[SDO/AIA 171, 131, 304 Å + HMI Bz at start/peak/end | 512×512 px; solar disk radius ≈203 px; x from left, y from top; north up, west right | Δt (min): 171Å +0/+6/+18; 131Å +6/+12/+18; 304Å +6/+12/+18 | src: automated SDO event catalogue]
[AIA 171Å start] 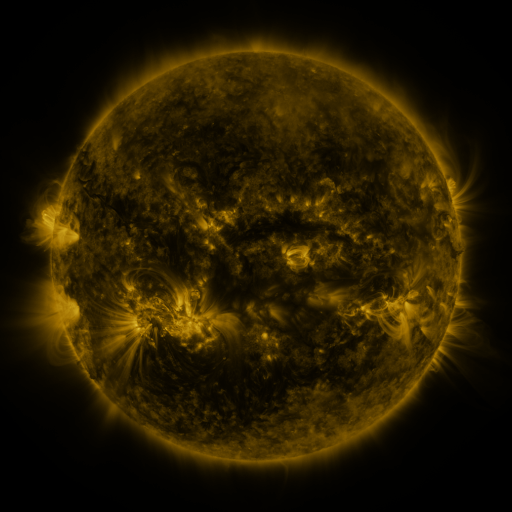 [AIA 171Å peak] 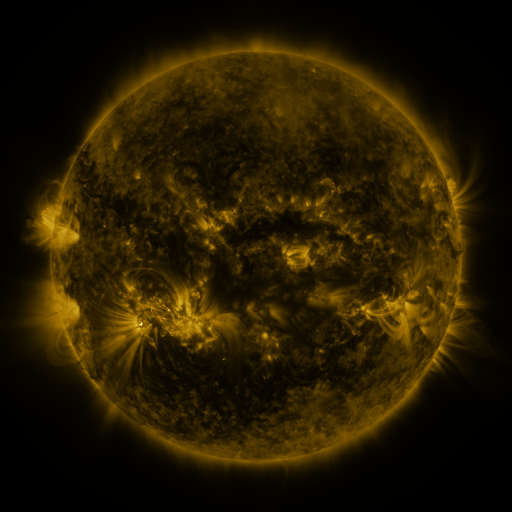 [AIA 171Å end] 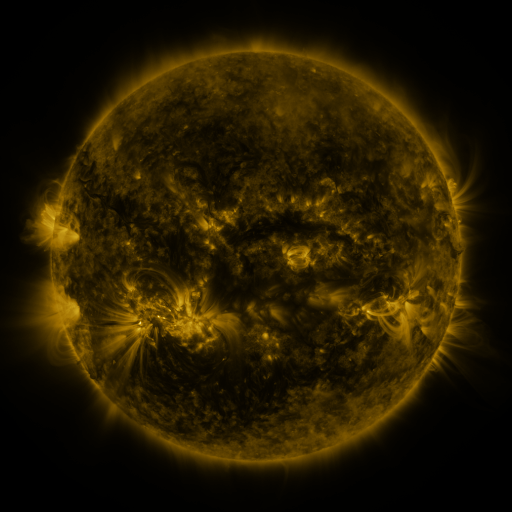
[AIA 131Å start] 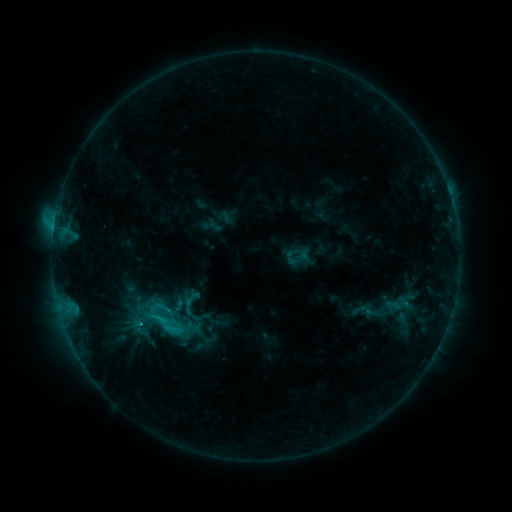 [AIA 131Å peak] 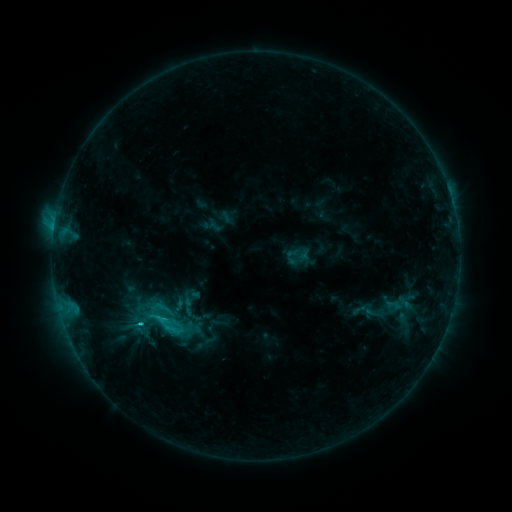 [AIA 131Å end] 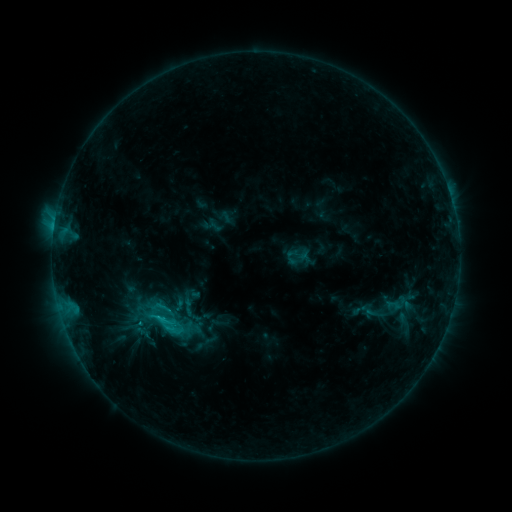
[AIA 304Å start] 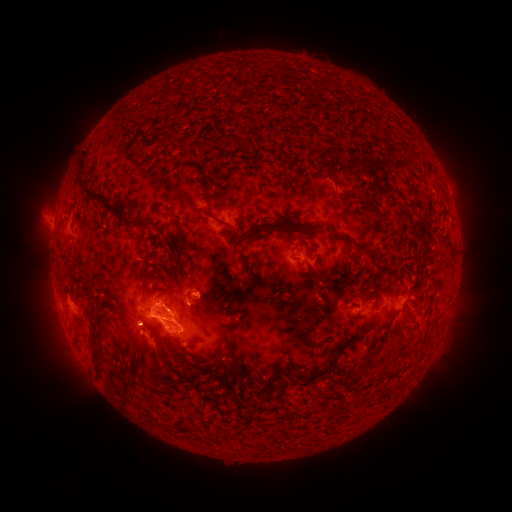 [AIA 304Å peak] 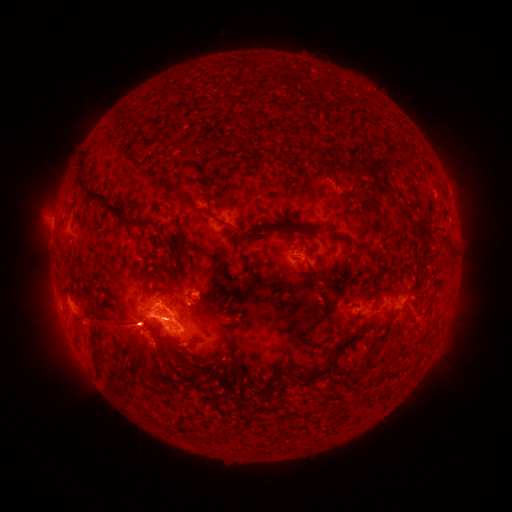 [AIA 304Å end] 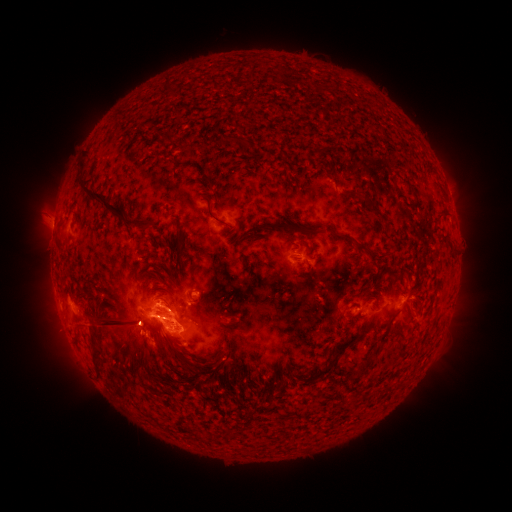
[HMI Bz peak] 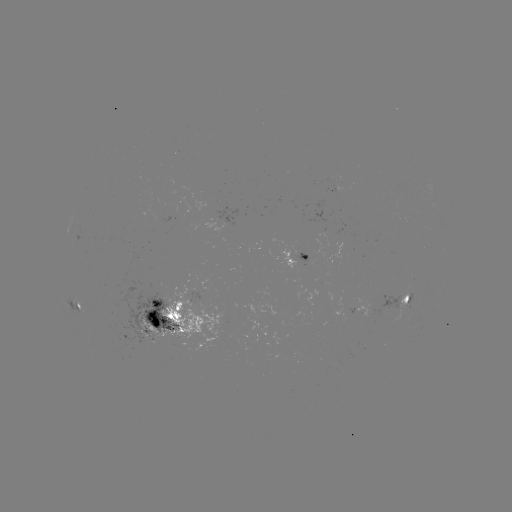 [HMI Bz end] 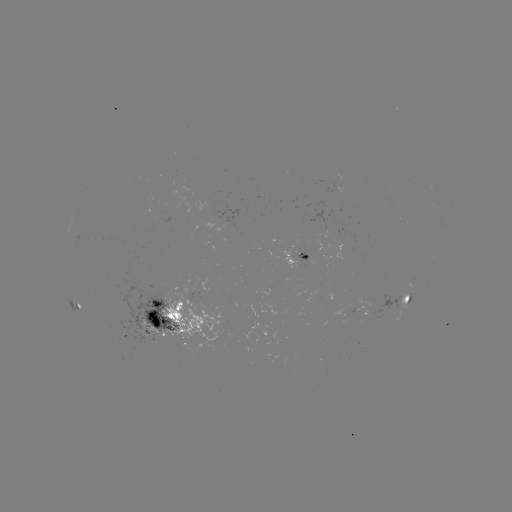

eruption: <bbox>22, 226, 273, 435</bbox>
